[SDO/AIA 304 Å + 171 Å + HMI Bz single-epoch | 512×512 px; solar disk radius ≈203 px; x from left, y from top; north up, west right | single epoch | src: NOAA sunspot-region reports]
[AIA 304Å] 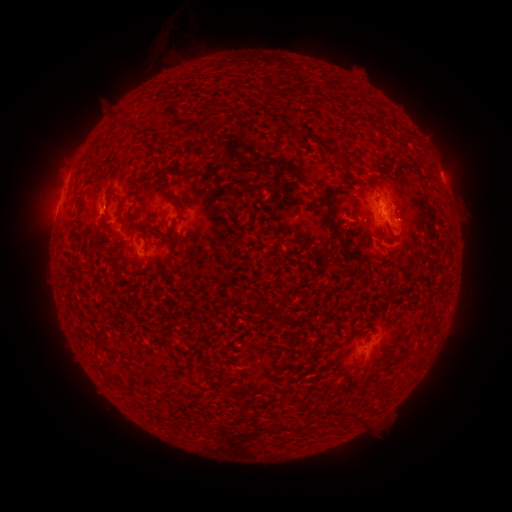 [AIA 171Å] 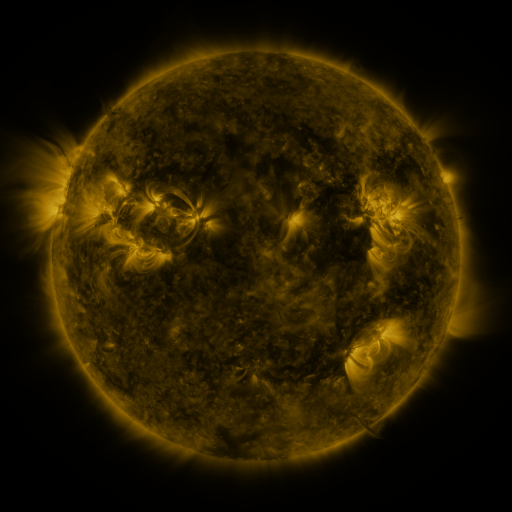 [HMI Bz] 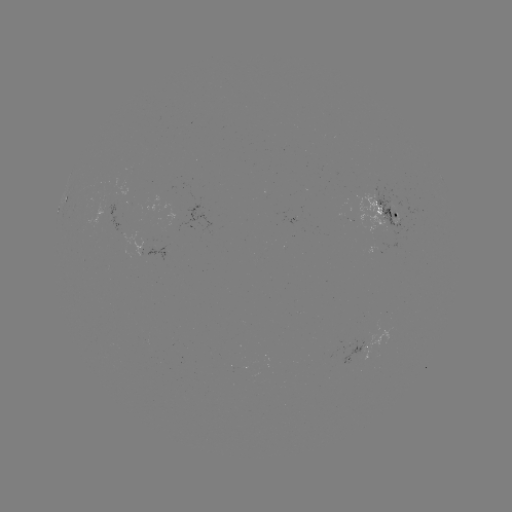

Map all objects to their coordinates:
spotted active region: (386, 214)
spotted active region: (202, 216)
spotted active region: (167, 253)
spotted active region: (367, 347)
